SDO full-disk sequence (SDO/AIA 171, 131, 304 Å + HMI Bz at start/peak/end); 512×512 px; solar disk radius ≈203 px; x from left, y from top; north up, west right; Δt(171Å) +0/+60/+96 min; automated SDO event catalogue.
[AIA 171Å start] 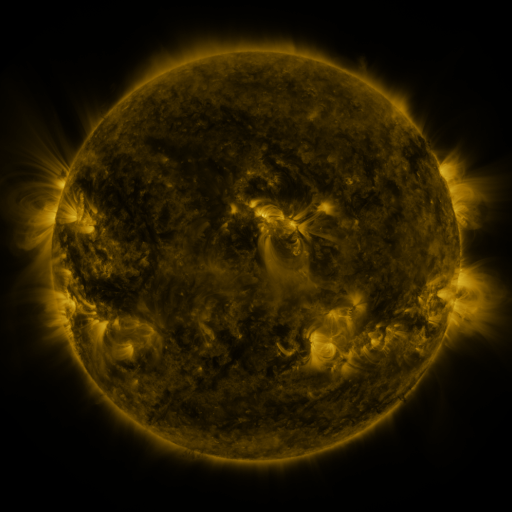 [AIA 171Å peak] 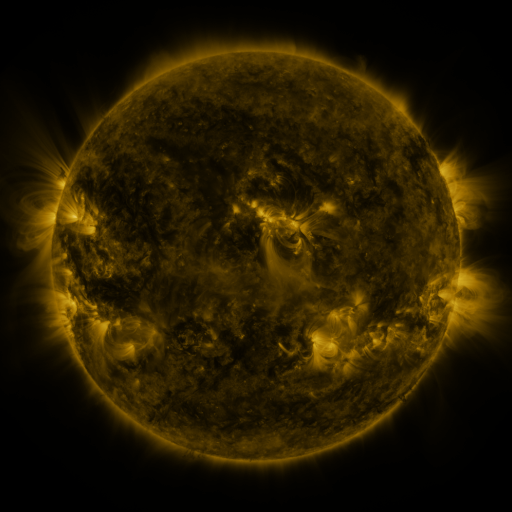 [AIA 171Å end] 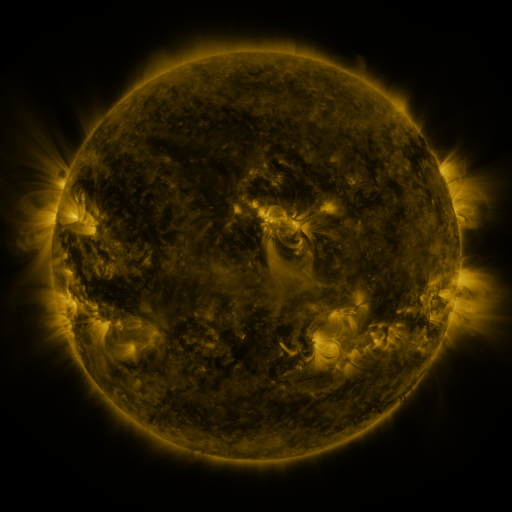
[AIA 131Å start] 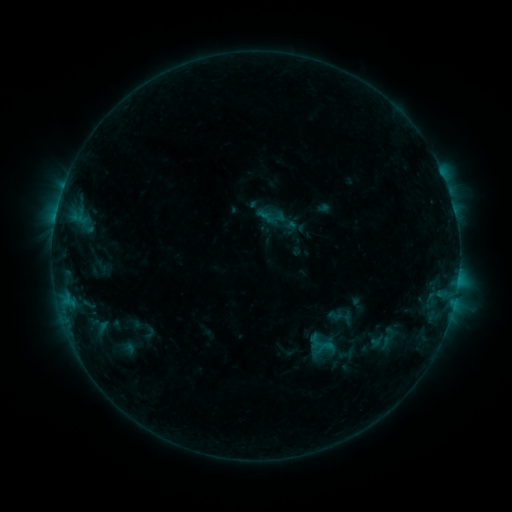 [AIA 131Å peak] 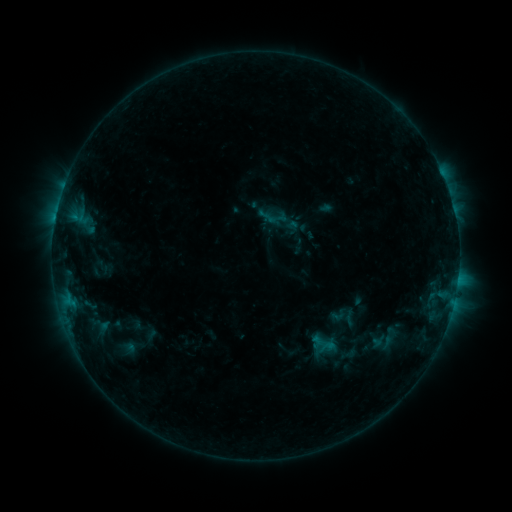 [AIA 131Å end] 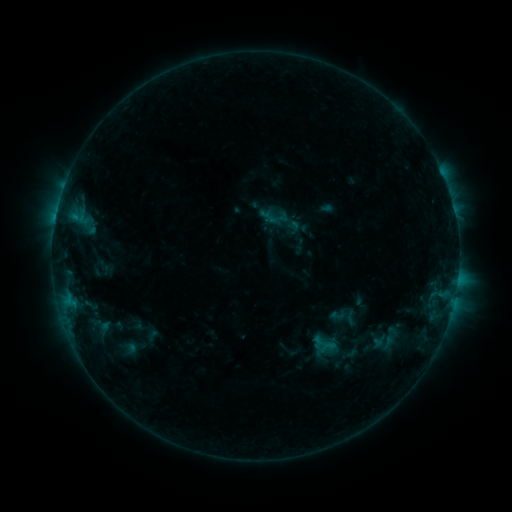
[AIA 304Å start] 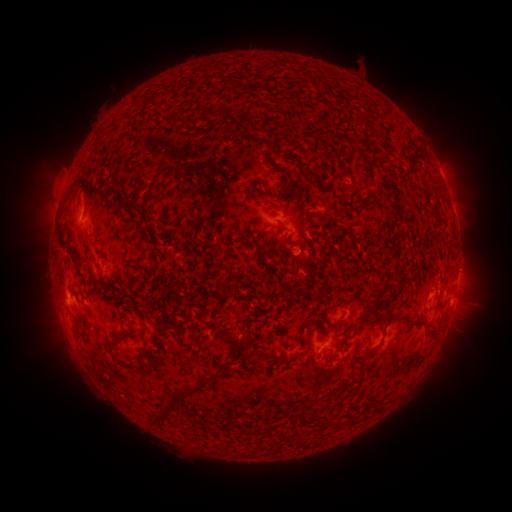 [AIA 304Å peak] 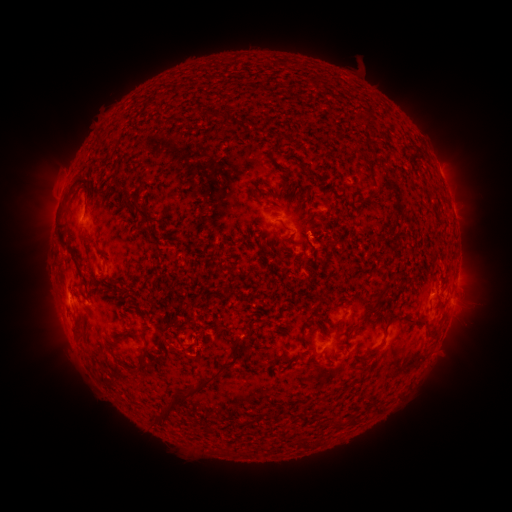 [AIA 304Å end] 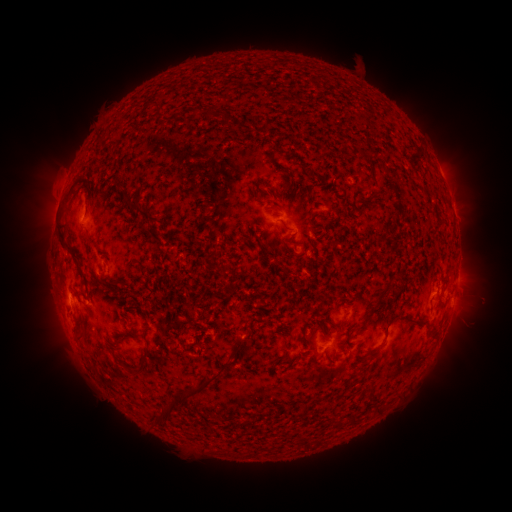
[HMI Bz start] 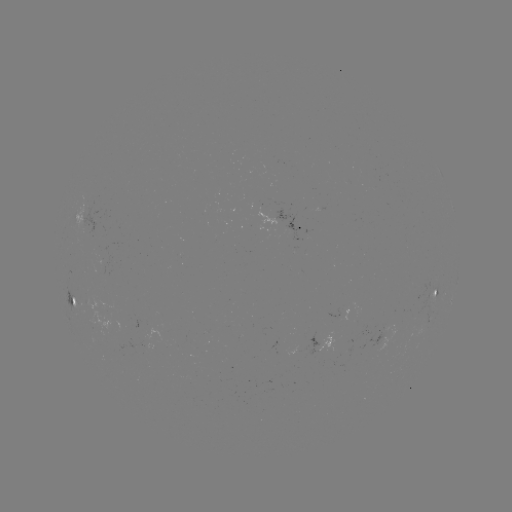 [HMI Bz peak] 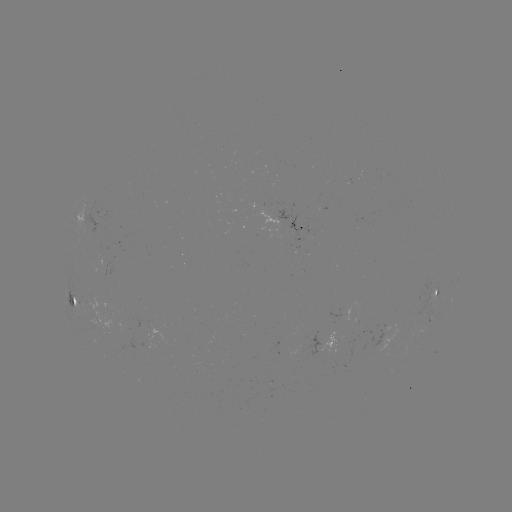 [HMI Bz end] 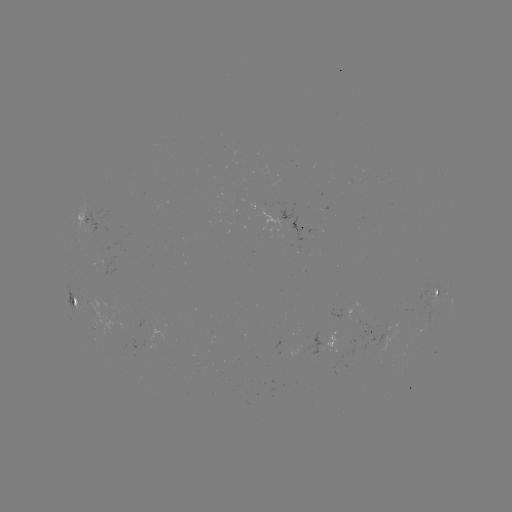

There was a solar emerging-flux region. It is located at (335, 347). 